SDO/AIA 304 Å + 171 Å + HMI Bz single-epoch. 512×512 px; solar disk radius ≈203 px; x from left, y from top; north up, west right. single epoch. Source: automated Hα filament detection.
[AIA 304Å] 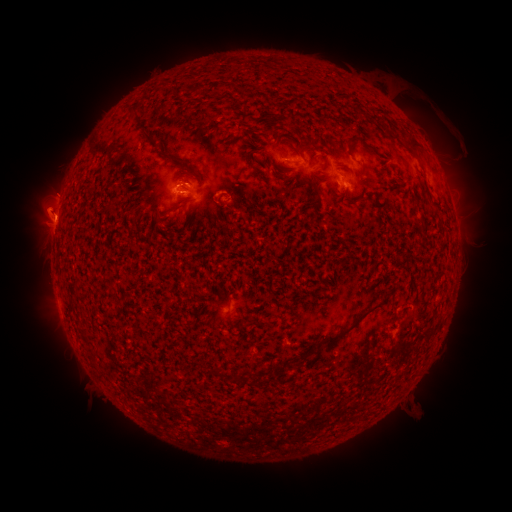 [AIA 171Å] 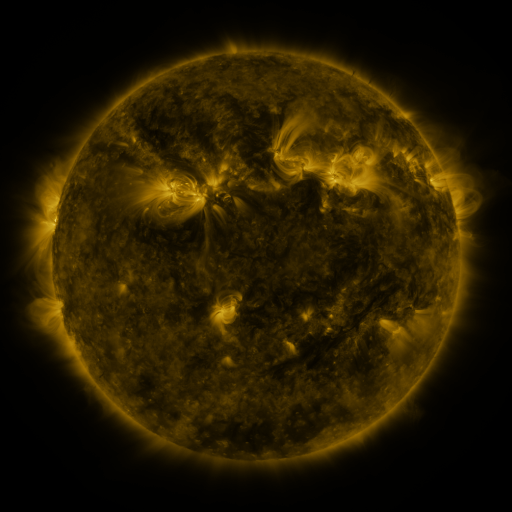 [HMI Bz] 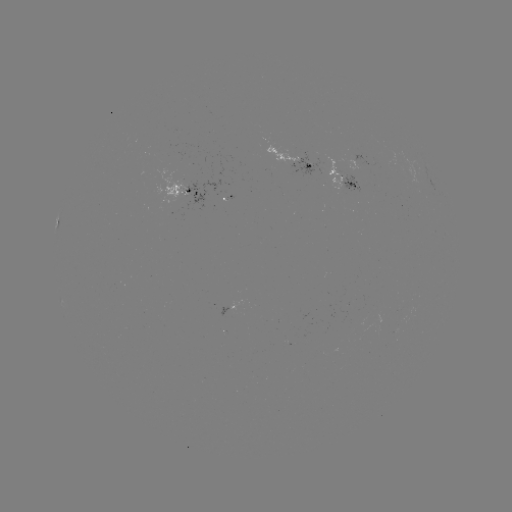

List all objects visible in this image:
filament: <bbox>130, 103, 140, 114</bbox>
filament: <bbox>145, 131, 154, 141</bbox>
filament: <bbox>349, 137, 363, 146</bbox>
filament: <bbox>159, 150, 198, 172</bbox>
filament: <bbox>337, 164, 354, 175</bbox>
filament: <bbox>174, 201, 187, 210</bbox>
filament: <bbox>225, 294, 231, 306</bbox>
filament: <bbox>325, 305, 377, 342</bbox>
